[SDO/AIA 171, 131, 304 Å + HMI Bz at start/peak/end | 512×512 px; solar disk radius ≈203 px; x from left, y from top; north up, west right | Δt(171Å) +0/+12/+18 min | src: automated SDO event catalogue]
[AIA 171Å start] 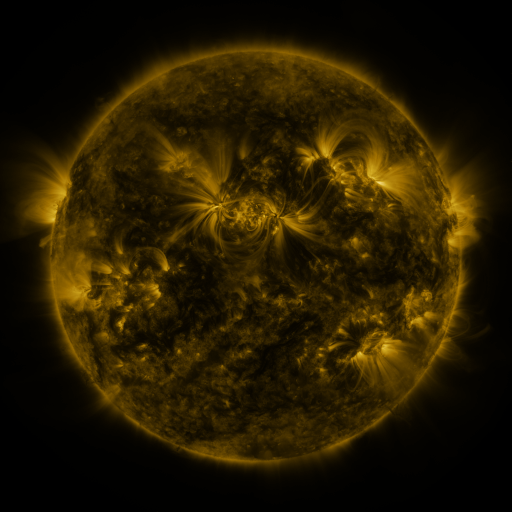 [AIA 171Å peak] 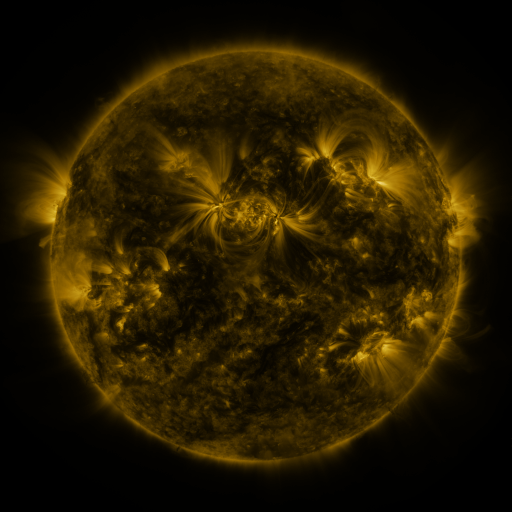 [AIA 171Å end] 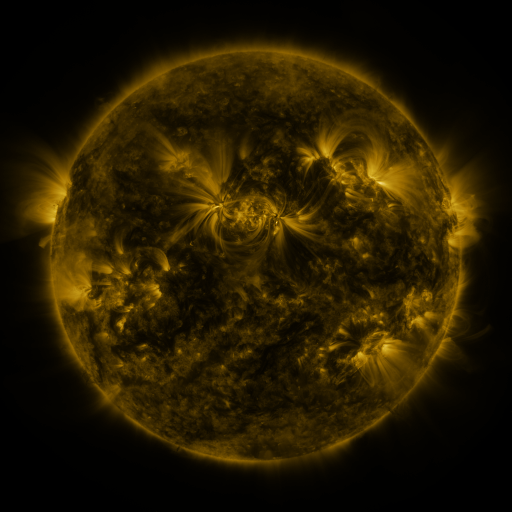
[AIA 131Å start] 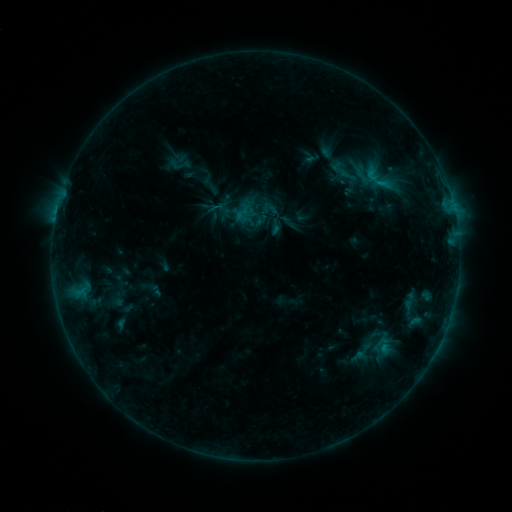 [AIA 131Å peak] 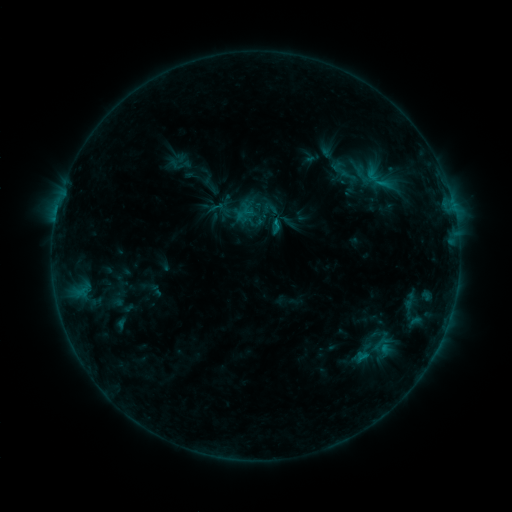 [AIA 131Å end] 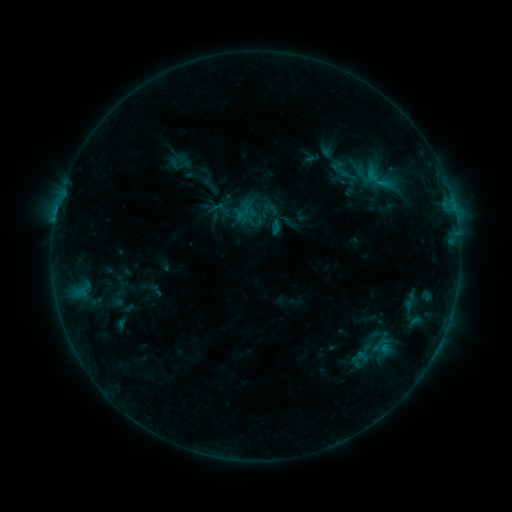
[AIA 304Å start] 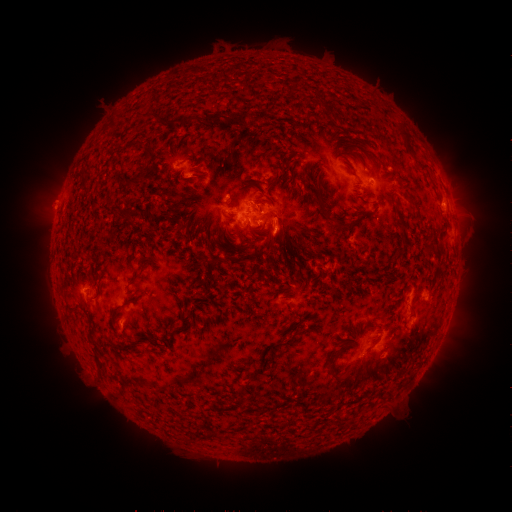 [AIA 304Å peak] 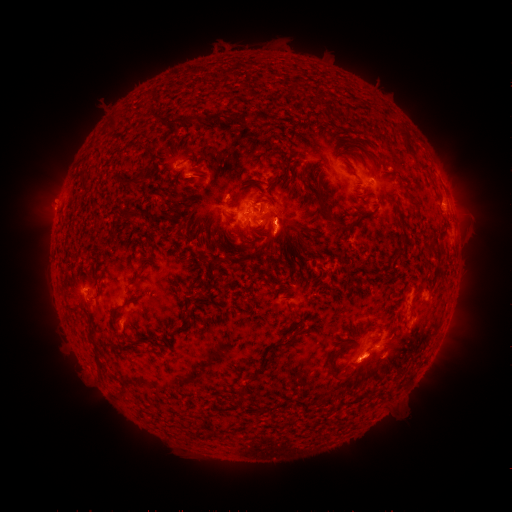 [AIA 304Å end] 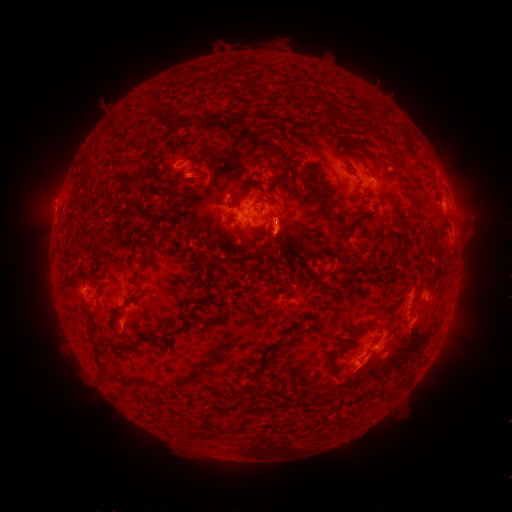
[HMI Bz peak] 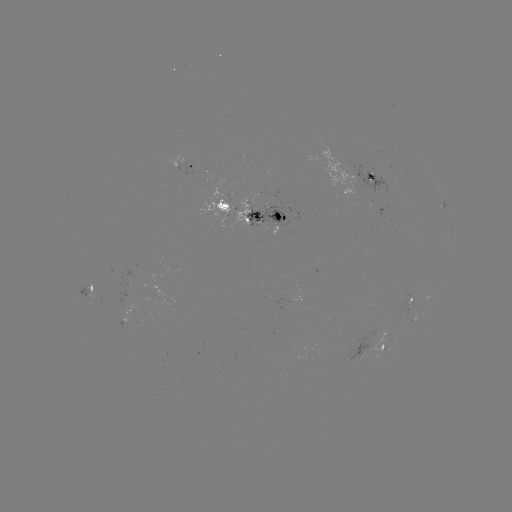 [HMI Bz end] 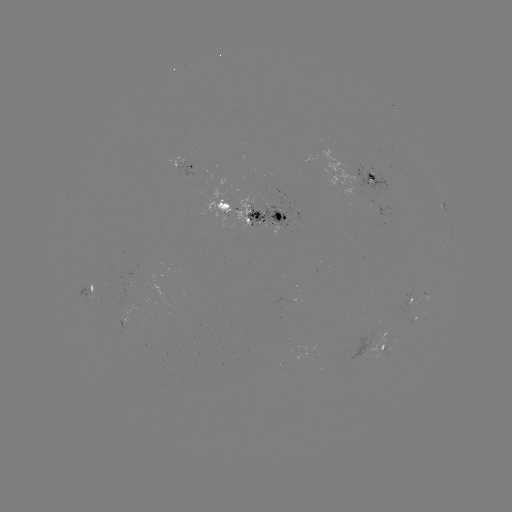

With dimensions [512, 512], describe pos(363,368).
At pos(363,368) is eruption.